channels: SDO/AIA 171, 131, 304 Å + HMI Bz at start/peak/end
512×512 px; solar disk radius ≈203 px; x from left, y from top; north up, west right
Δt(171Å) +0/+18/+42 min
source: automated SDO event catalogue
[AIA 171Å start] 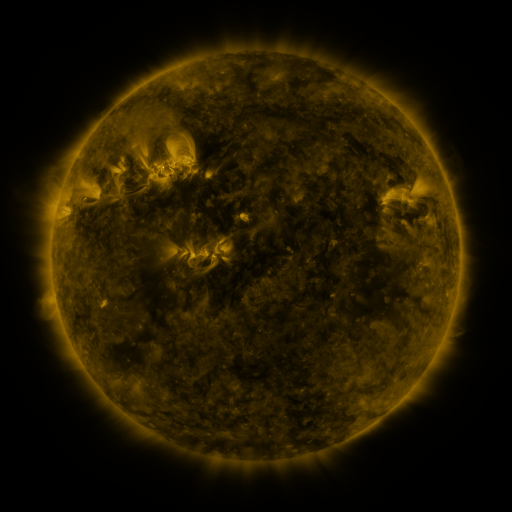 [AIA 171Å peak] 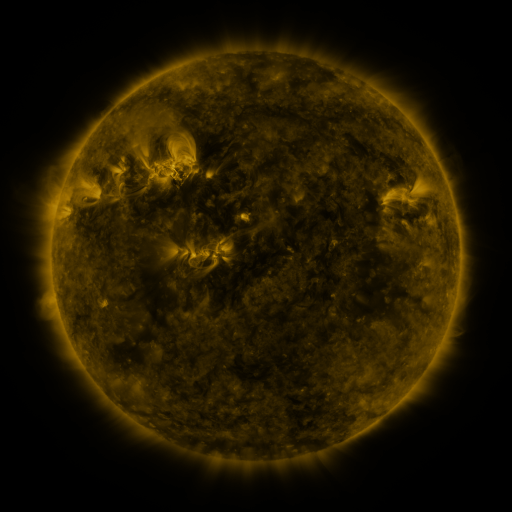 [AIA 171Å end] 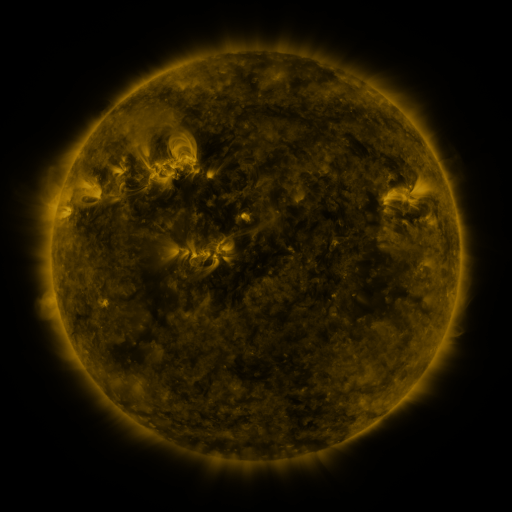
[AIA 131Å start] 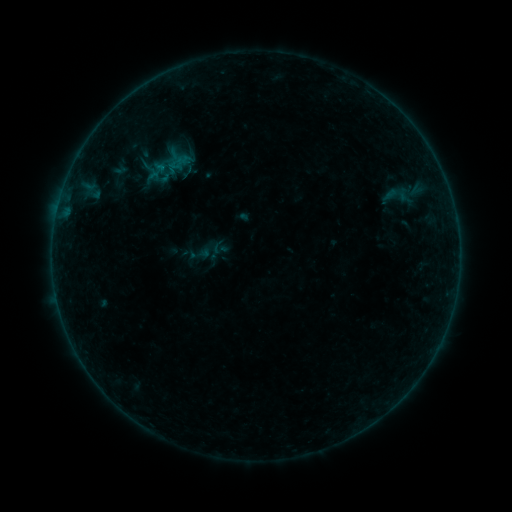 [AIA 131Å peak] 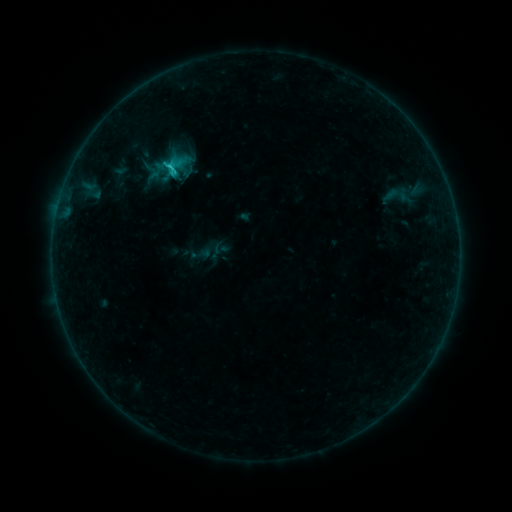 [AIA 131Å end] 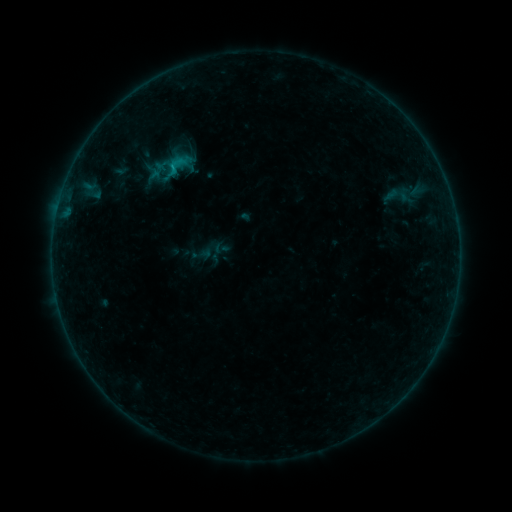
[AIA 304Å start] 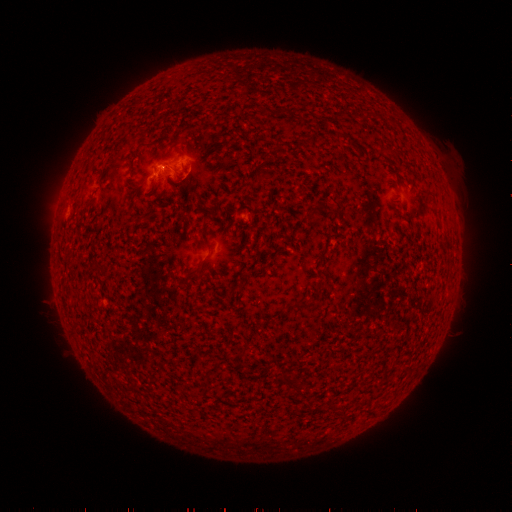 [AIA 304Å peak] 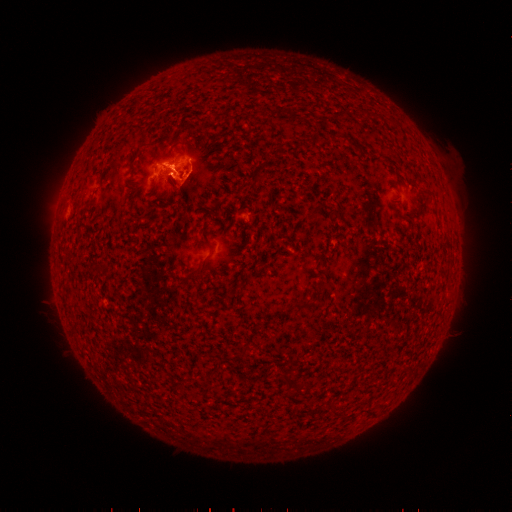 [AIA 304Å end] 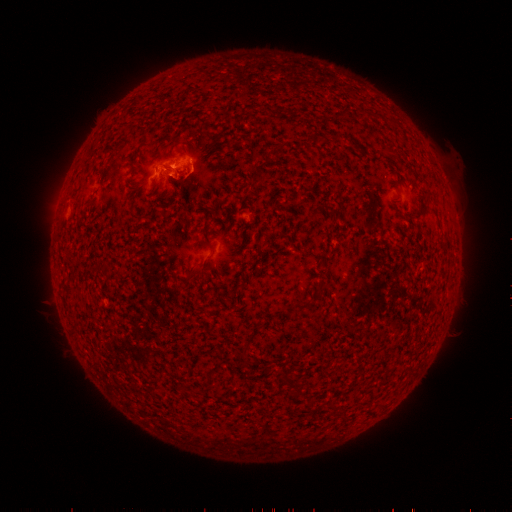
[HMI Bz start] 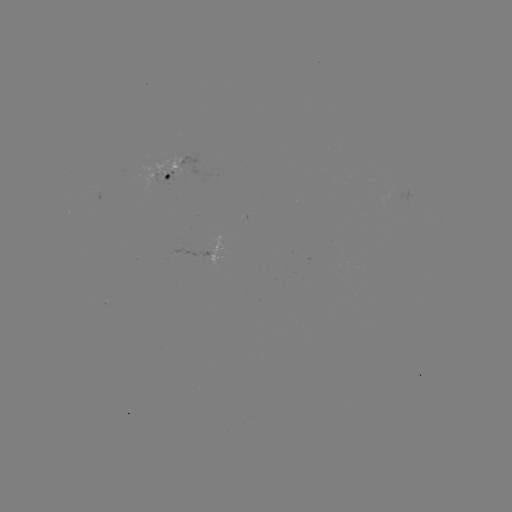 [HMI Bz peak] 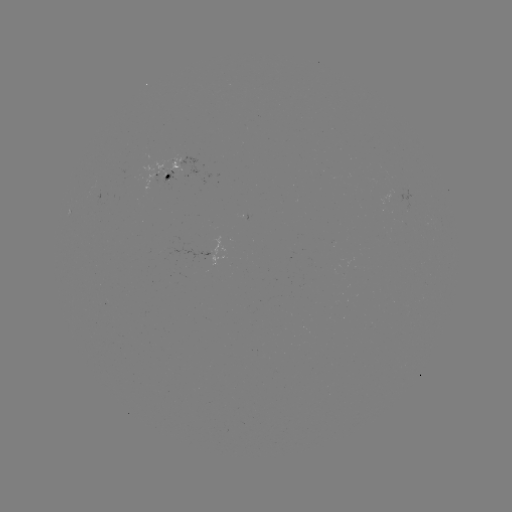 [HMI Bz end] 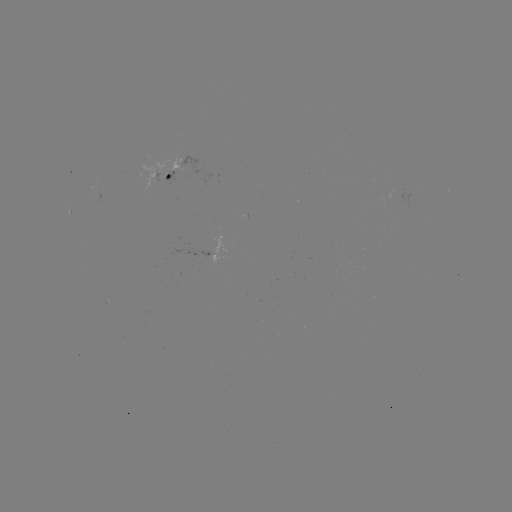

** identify C1.3 flare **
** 168,168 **